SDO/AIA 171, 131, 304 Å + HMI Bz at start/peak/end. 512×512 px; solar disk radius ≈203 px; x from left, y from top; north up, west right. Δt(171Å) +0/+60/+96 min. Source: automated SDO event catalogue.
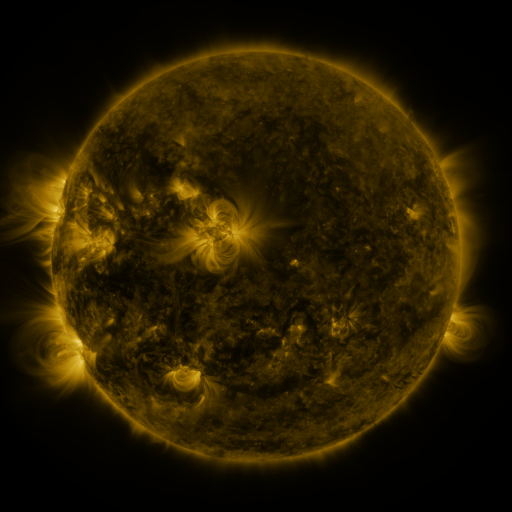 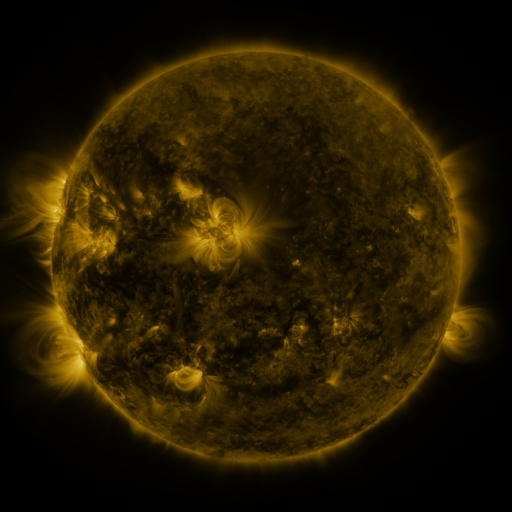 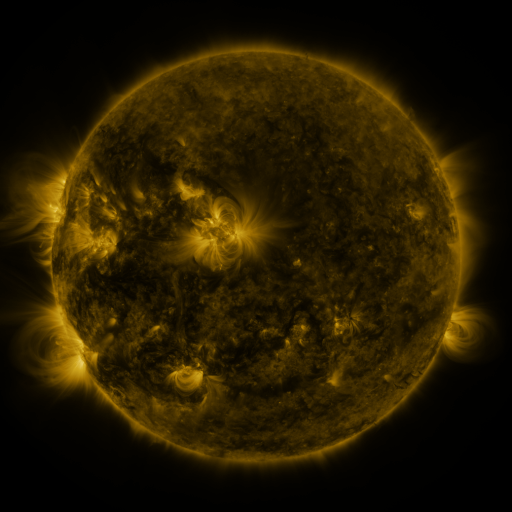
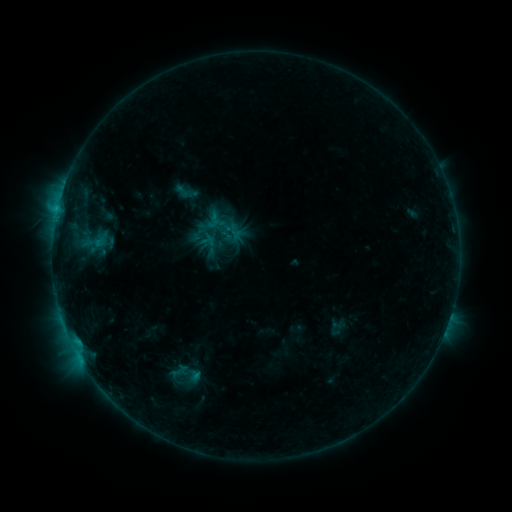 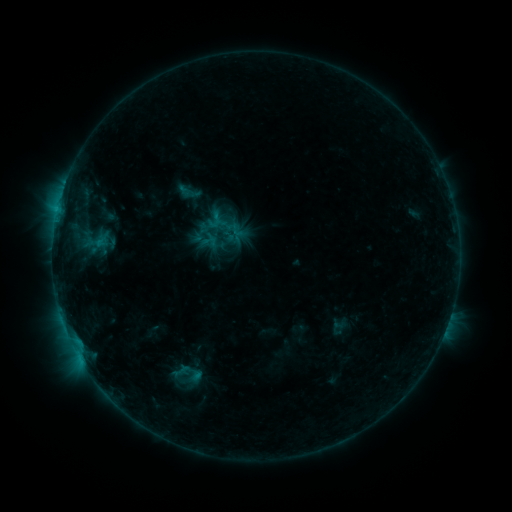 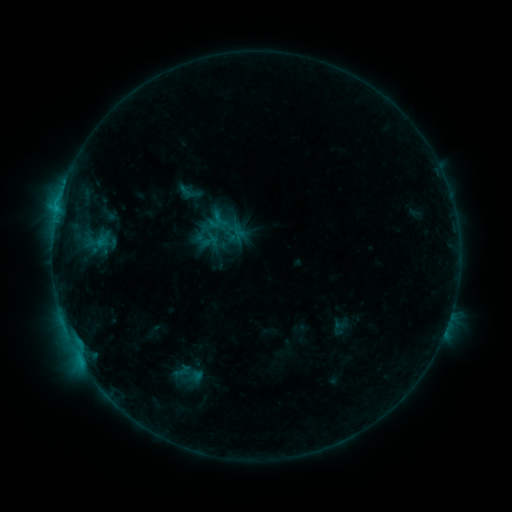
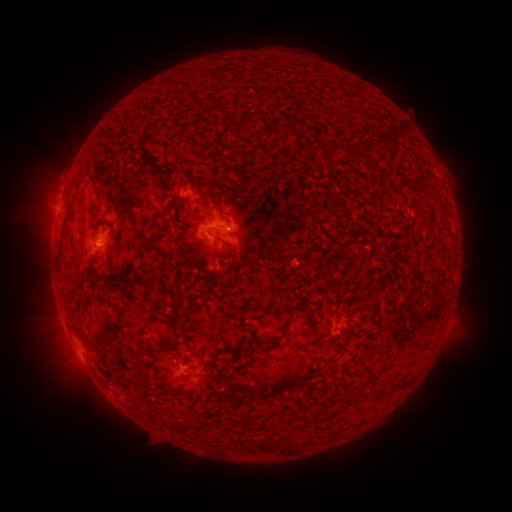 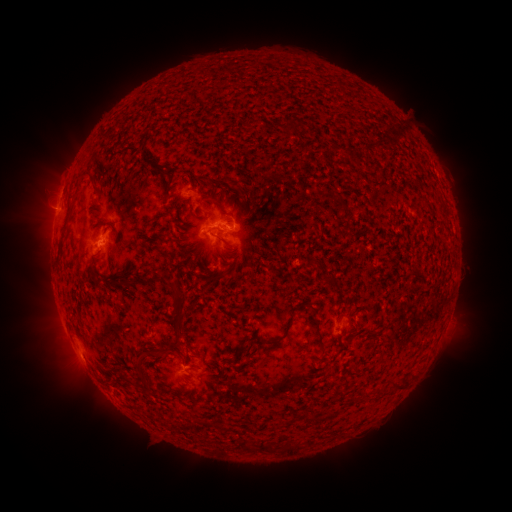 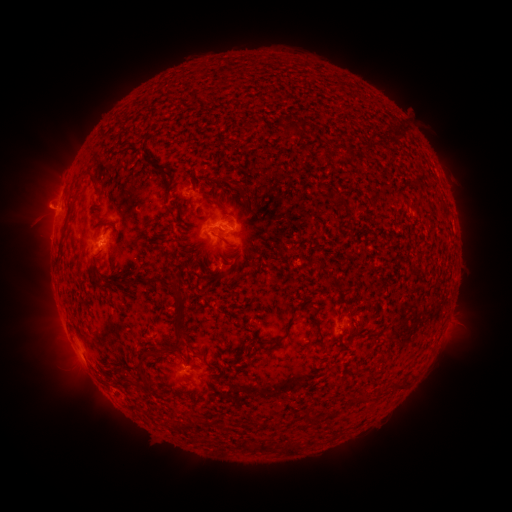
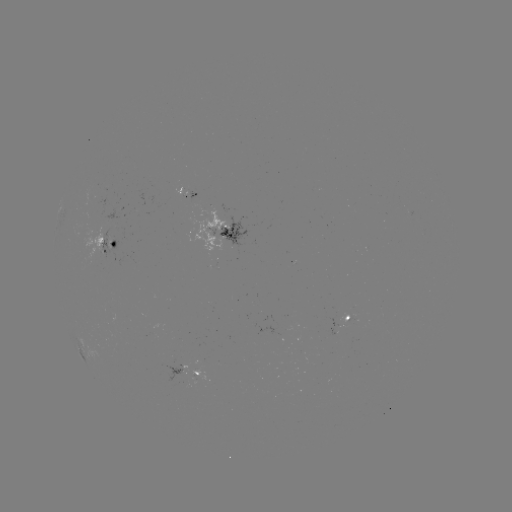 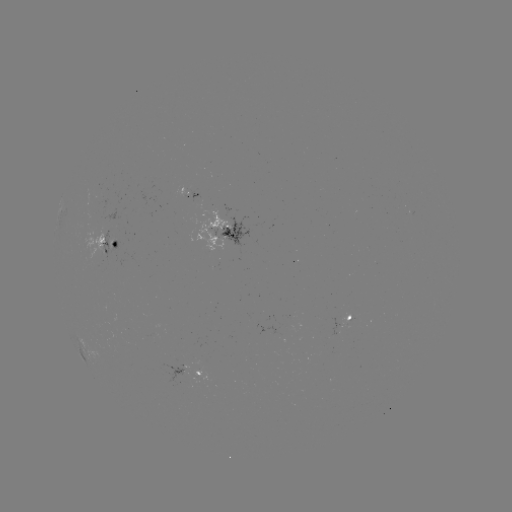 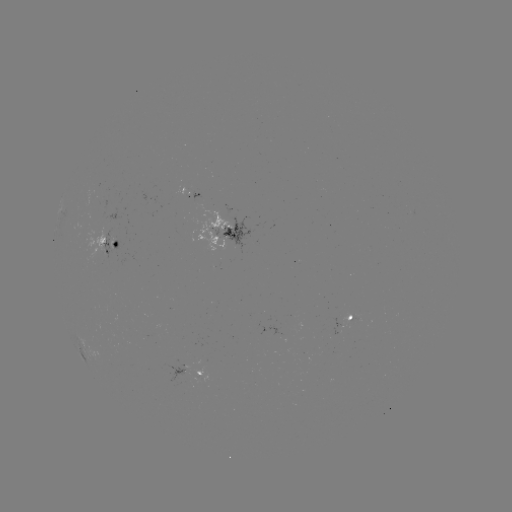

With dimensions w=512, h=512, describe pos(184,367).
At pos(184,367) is emerging-flux region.